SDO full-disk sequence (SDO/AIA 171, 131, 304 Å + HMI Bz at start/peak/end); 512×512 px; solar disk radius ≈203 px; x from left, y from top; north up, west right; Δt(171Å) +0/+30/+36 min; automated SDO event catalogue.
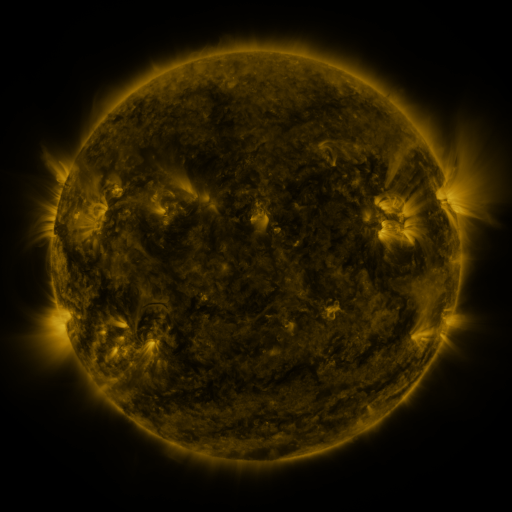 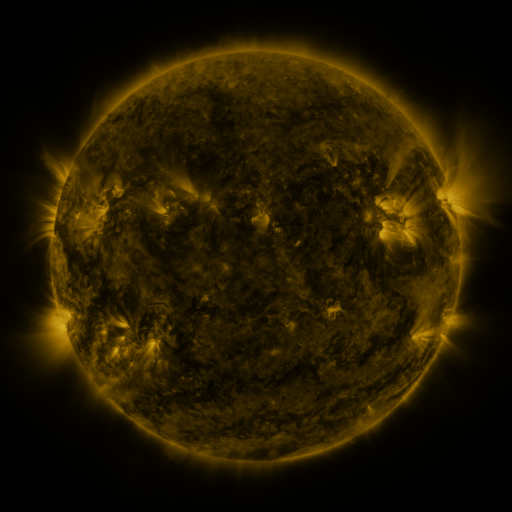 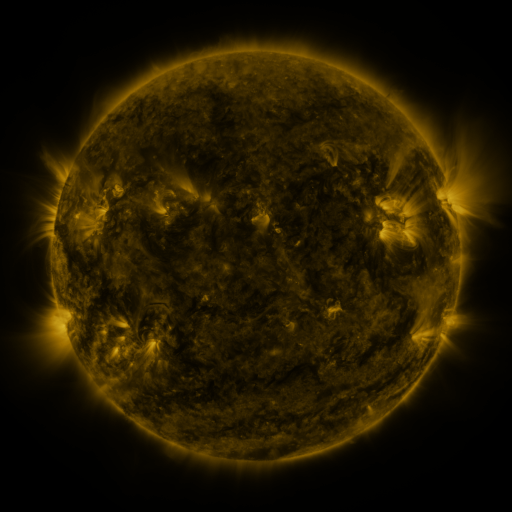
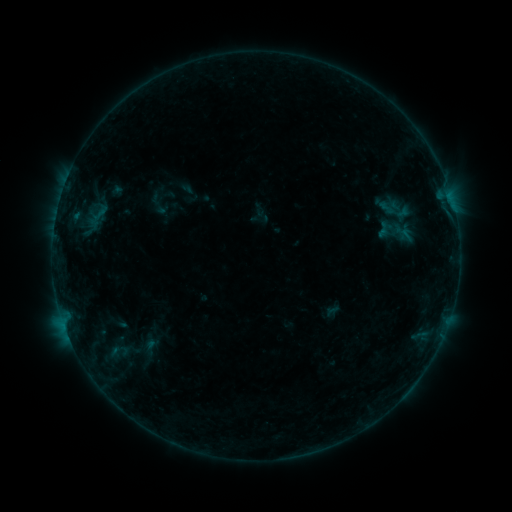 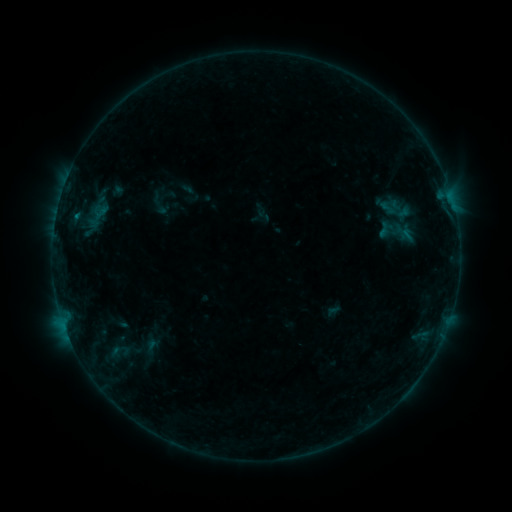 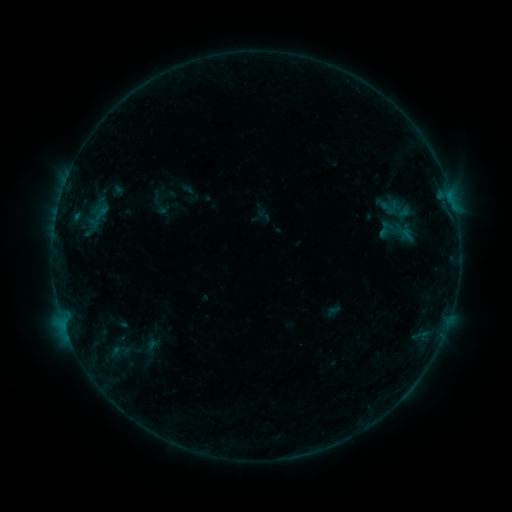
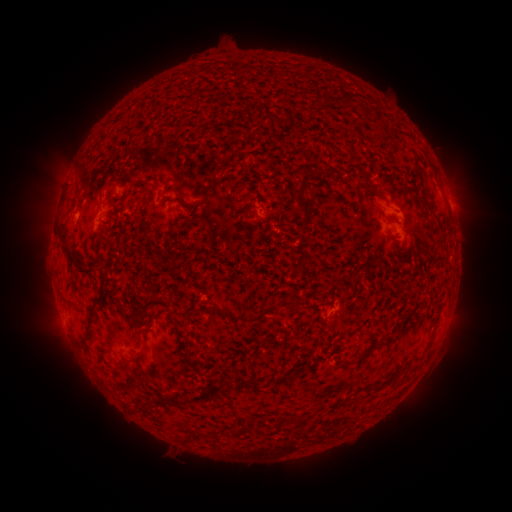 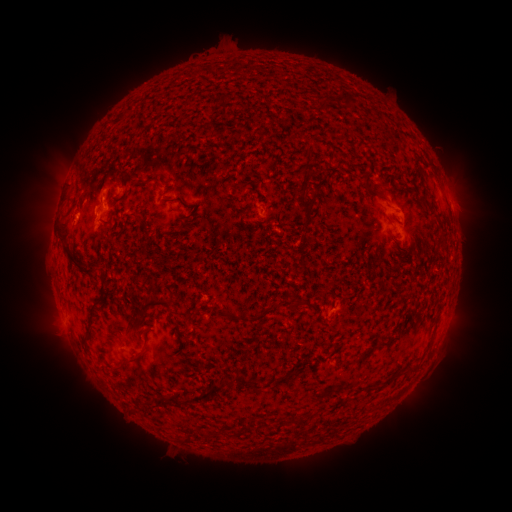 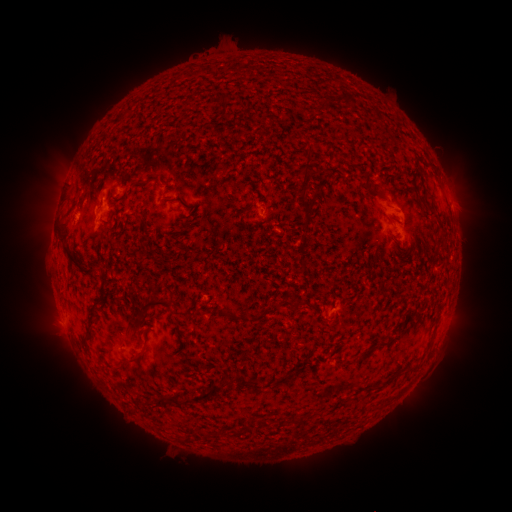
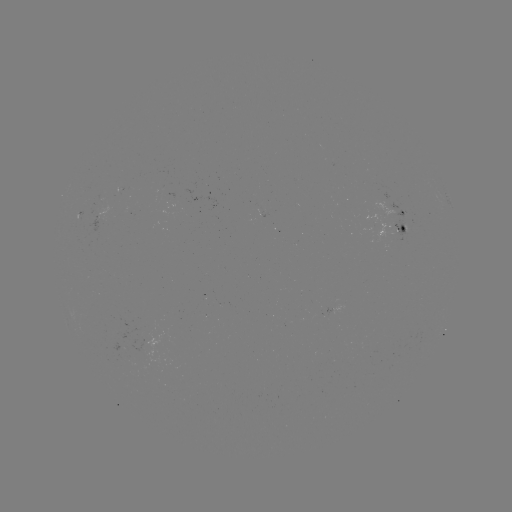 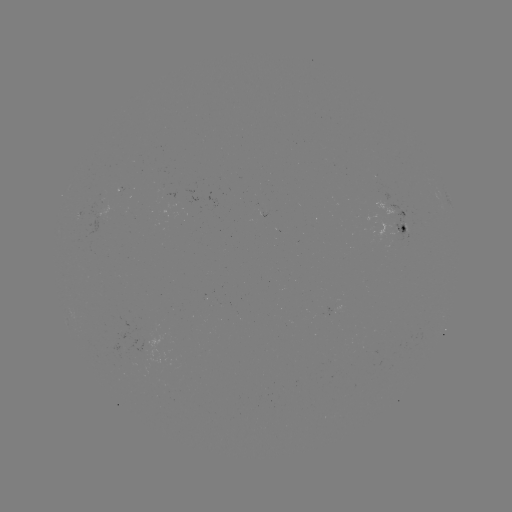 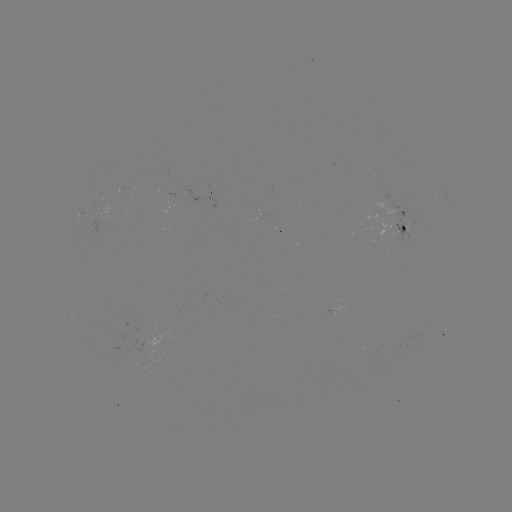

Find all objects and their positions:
B2.5 flare: (77, 217)
